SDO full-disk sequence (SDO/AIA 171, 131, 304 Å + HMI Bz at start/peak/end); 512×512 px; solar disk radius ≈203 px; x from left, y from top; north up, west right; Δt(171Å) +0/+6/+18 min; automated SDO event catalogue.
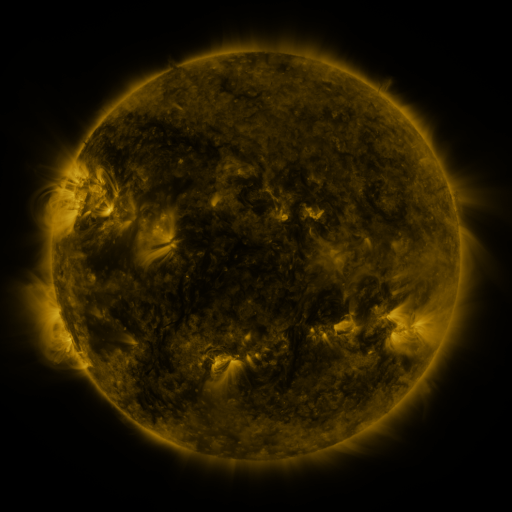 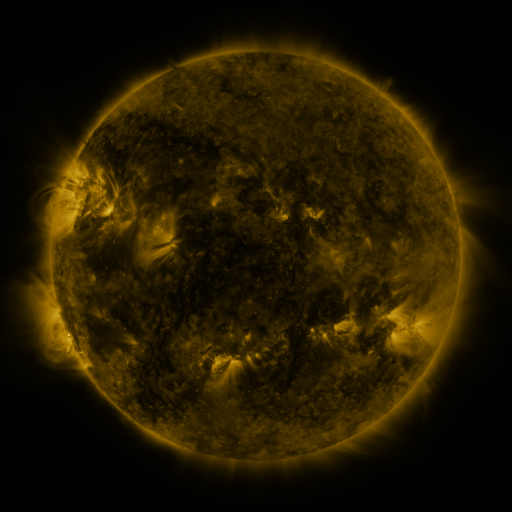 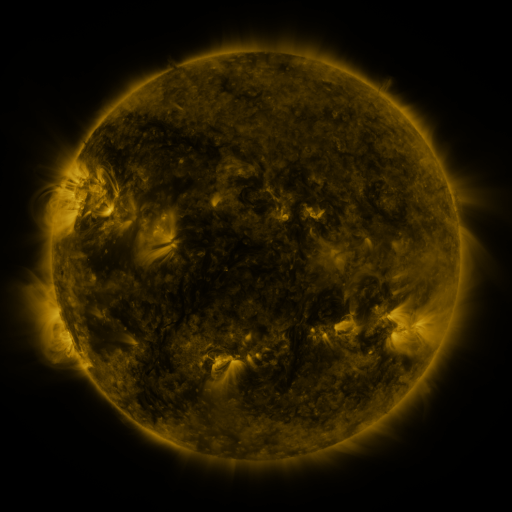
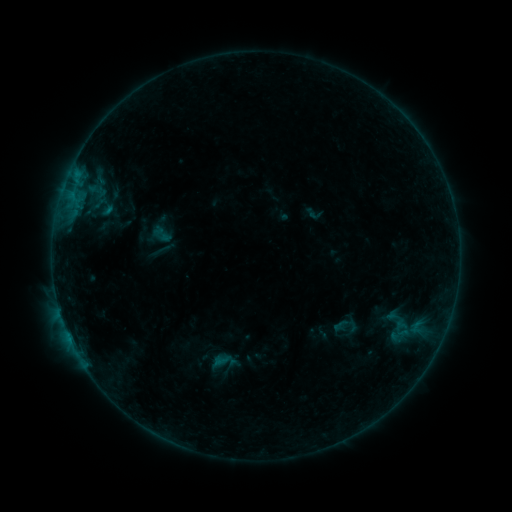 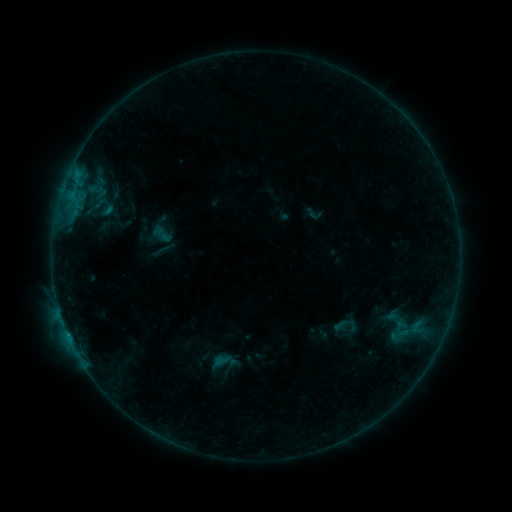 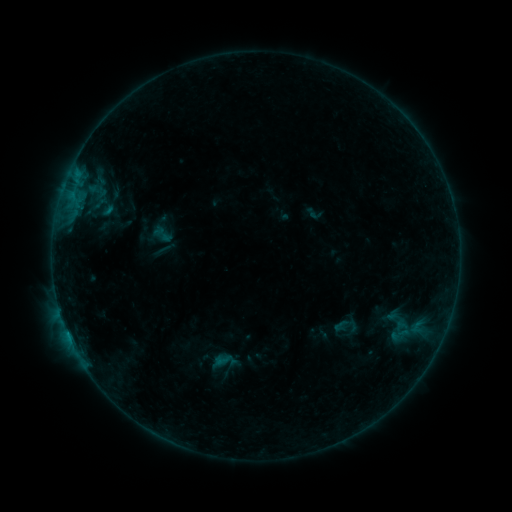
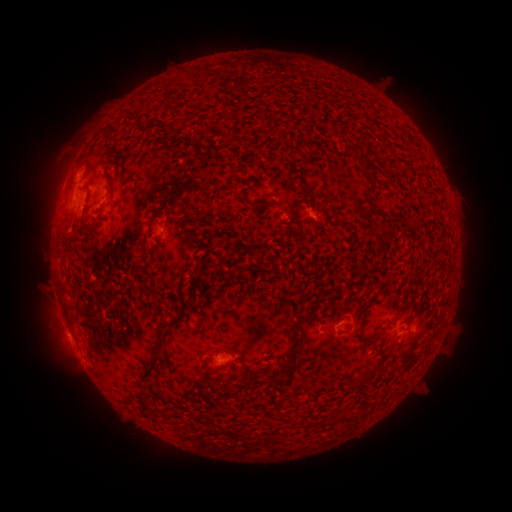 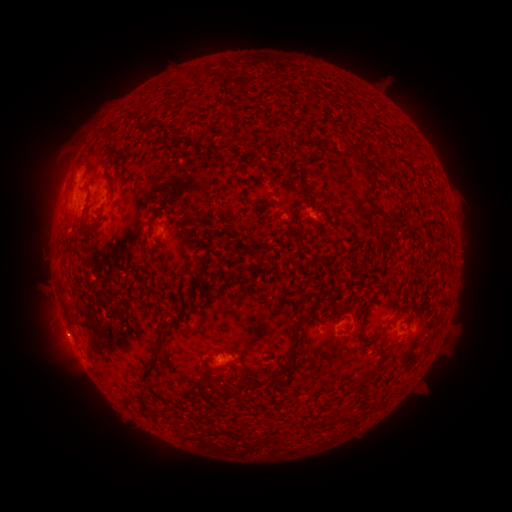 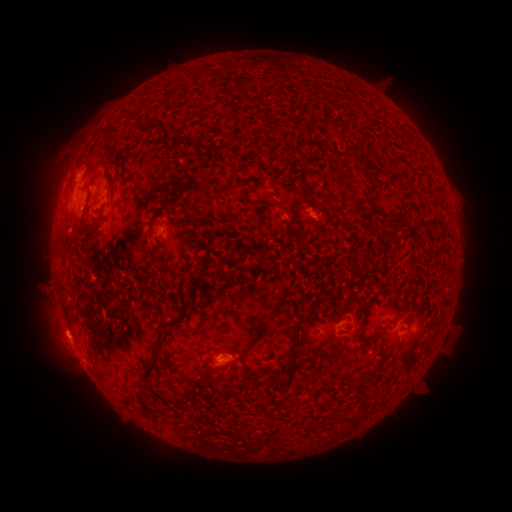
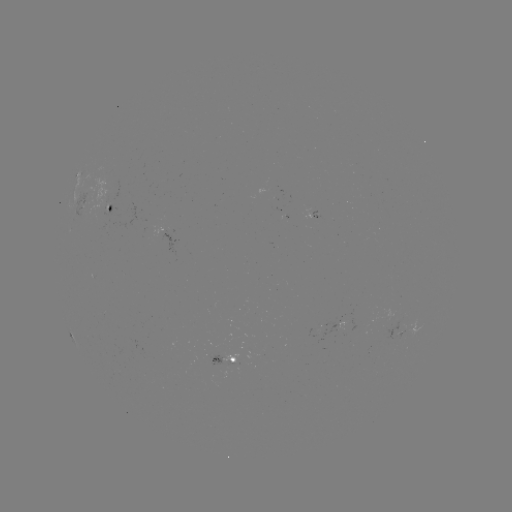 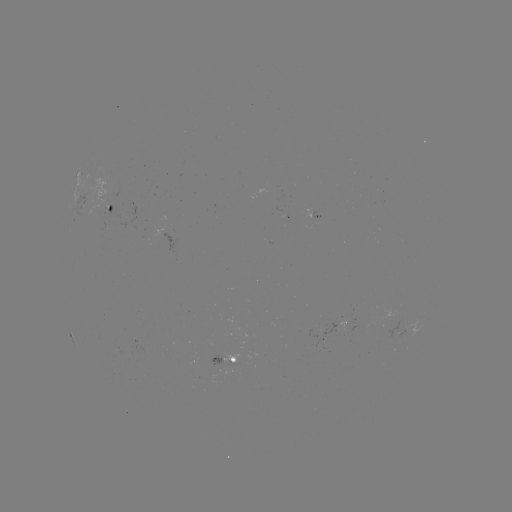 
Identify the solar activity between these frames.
B3.5 flare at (69, 335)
